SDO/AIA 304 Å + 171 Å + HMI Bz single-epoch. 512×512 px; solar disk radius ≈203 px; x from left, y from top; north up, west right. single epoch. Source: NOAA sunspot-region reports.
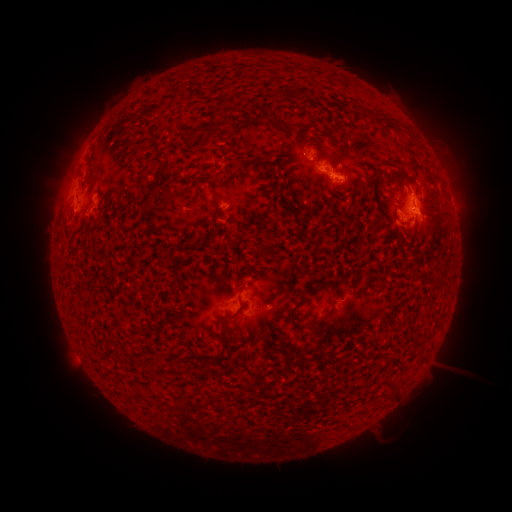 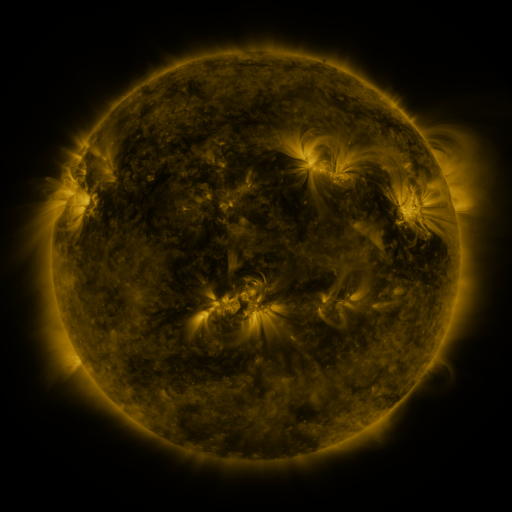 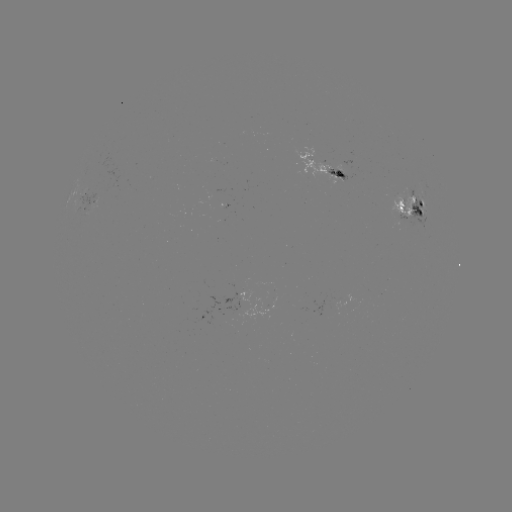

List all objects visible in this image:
spotted active region: (328, 167)
spotted active region: (86, 200)
spotted active region: (414, 208)
